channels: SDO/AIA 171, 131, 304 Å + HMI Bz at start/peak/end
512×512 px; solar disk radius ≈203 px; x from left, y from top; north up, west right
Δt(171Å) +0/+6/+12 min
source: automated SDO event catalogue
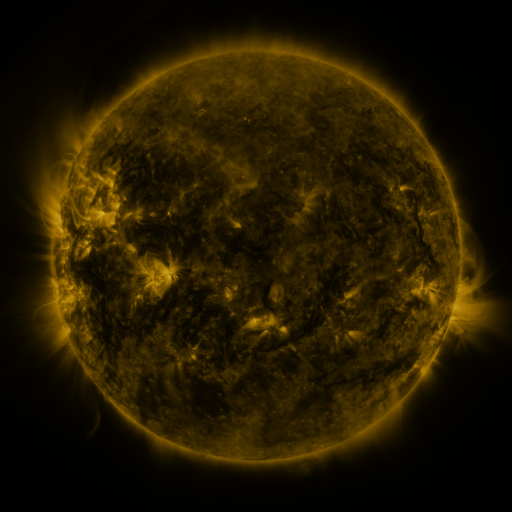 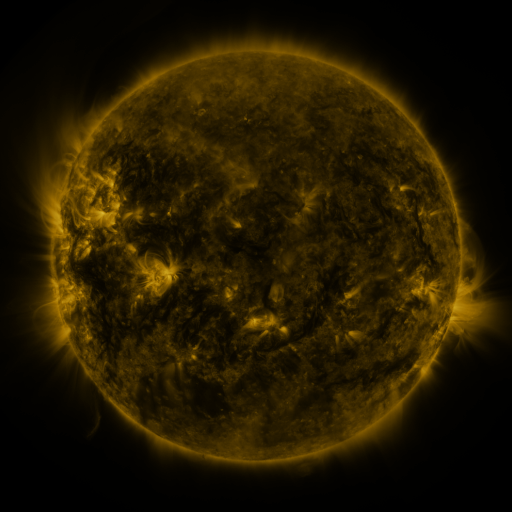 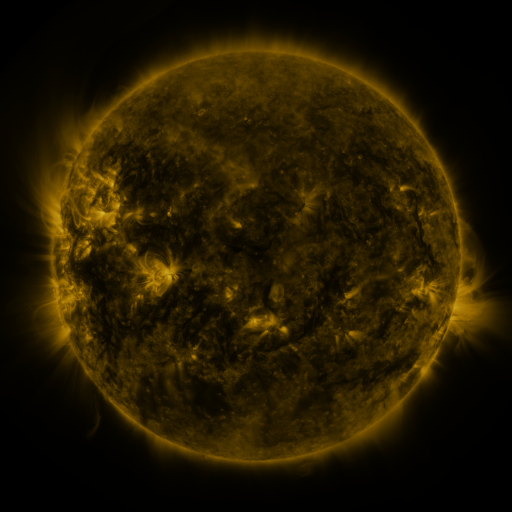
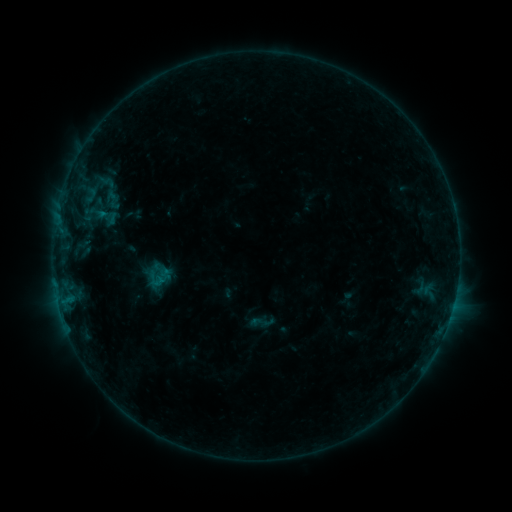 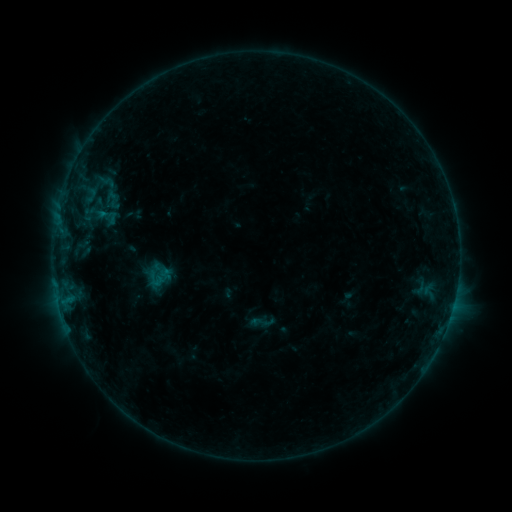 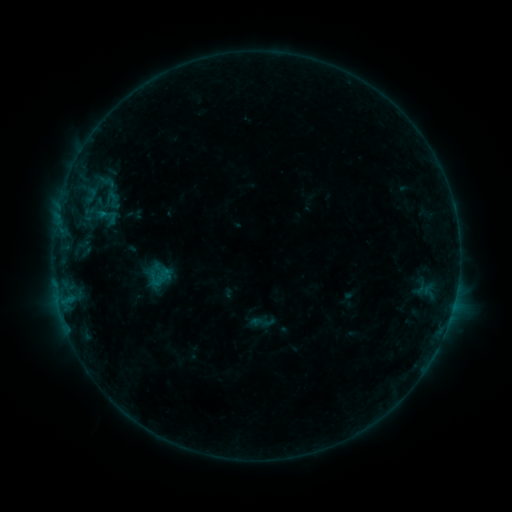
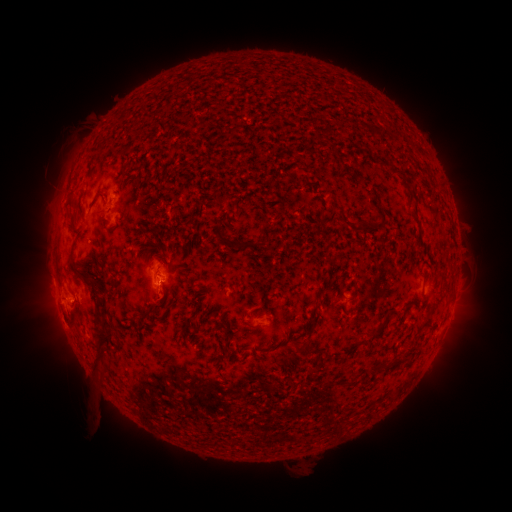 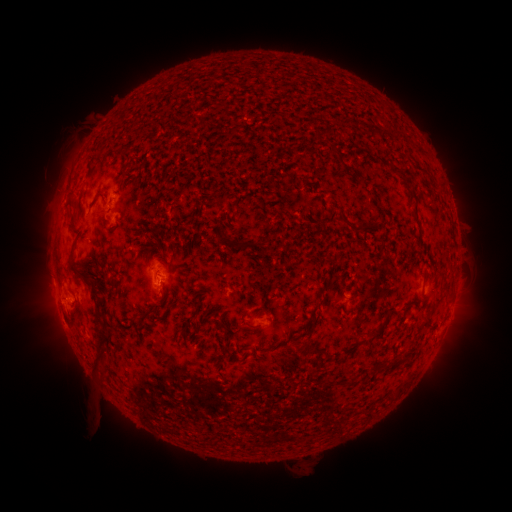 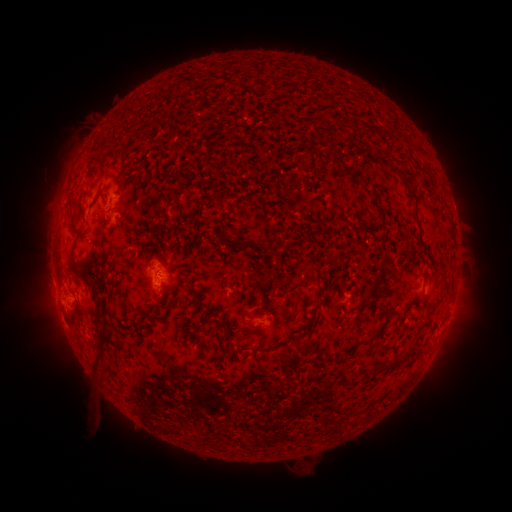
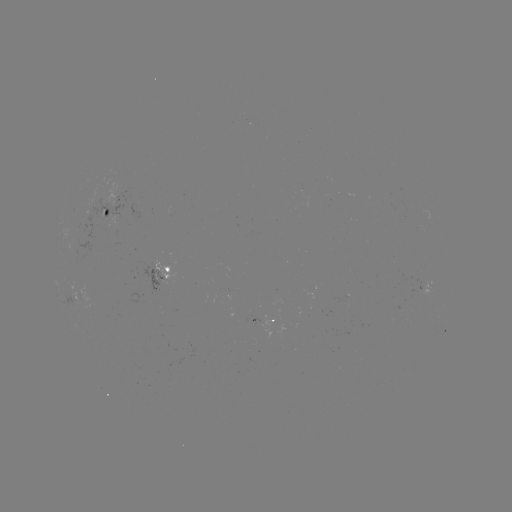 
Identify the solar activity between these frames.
no catalogued flare and no flagged EUV brightening in this window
